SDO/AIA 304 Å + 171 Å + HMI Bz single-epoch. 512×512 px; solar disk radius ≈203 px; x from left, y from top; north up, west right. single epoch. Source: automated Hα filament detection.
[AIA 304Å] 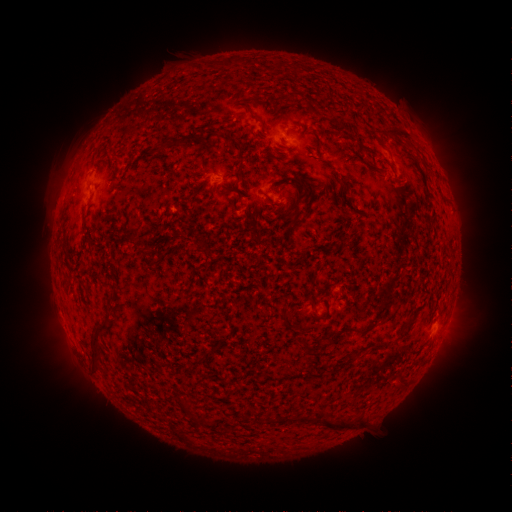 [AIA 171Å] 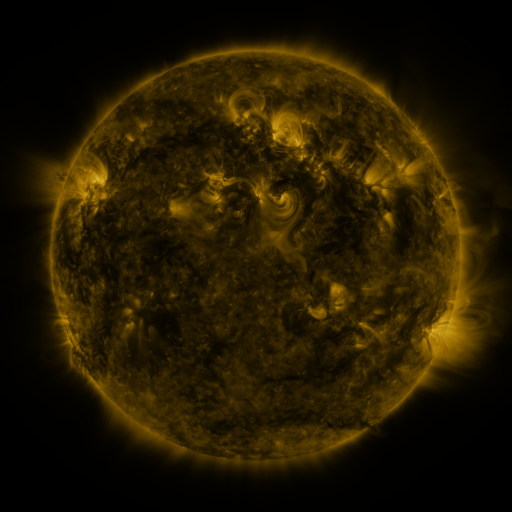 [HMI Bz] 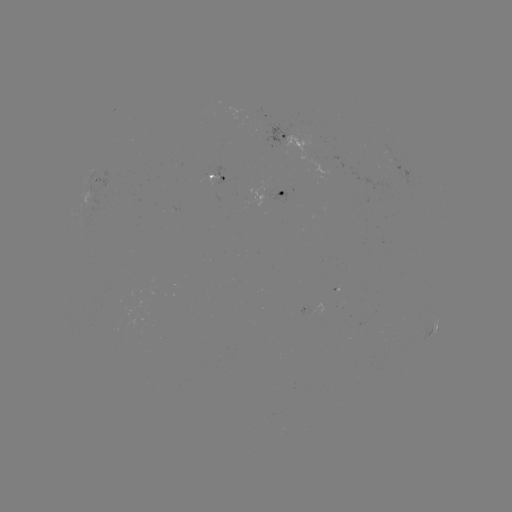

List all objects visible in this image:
filament: [252, 113, 263, 123]
filament: [384, 129, 412, 142]
filament: [203, 131, 215, 147]
filament: [169, 135, 190, 147]
filament: [227, 141, 248, 162]
filament: [290, 178, 309, 194]
filament: [89, 323, 108, 365]
filament: [299, 340, 314, 354]
filament: [193, 415, 204, 425]
filament: [322, 419, 346, 431]
